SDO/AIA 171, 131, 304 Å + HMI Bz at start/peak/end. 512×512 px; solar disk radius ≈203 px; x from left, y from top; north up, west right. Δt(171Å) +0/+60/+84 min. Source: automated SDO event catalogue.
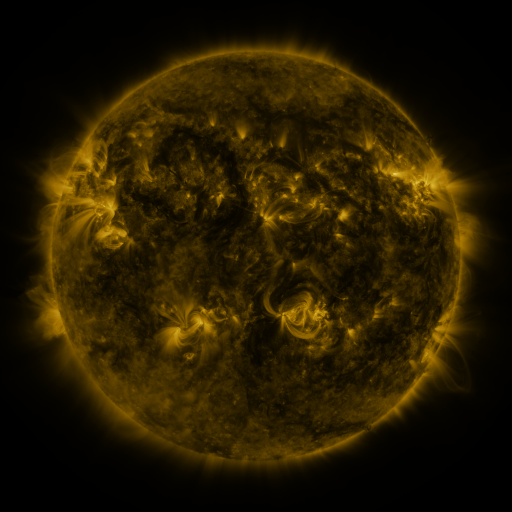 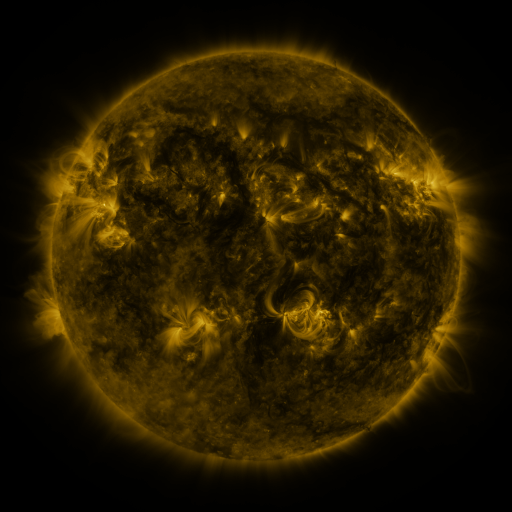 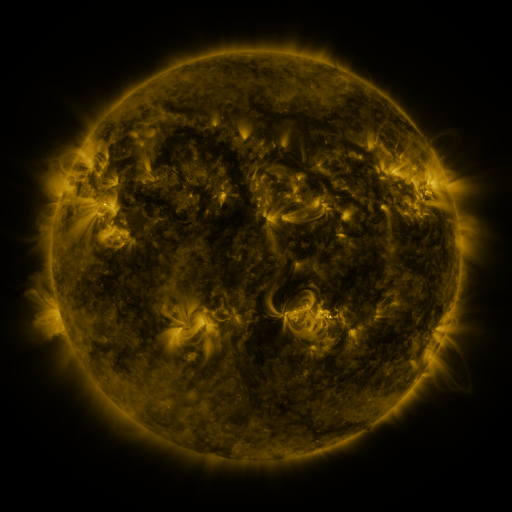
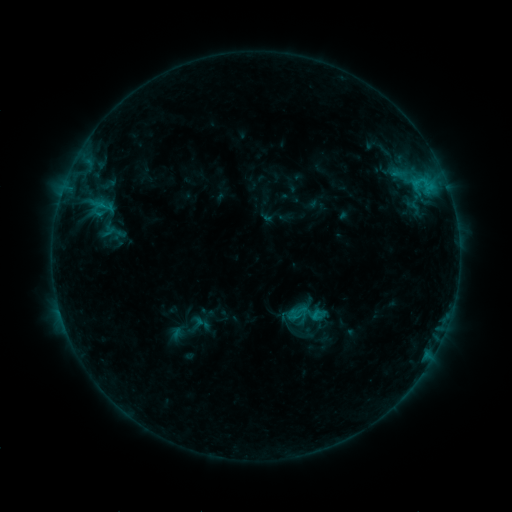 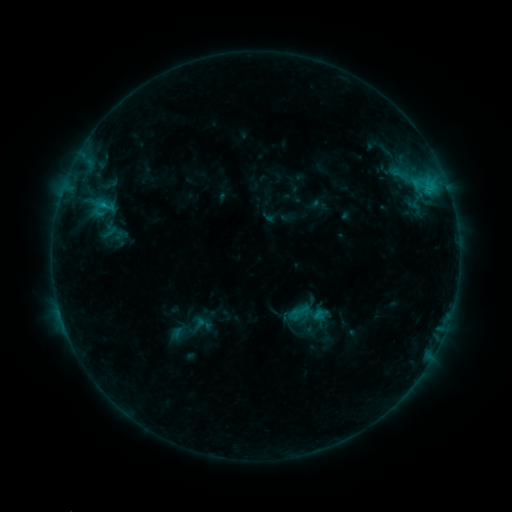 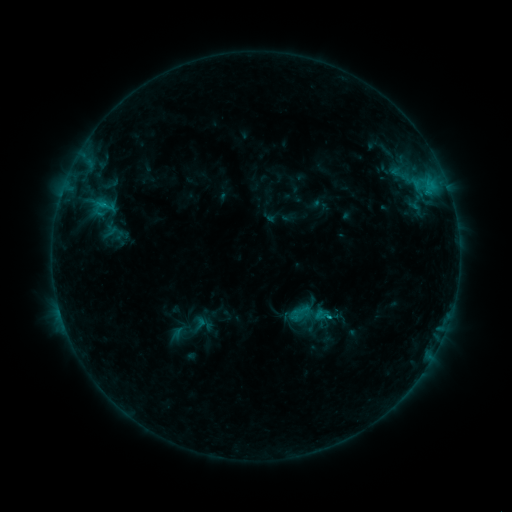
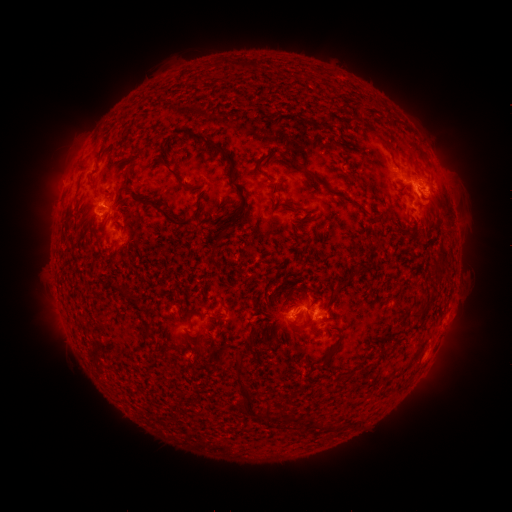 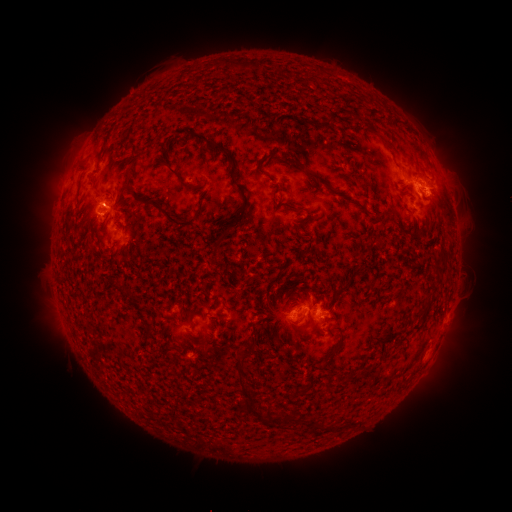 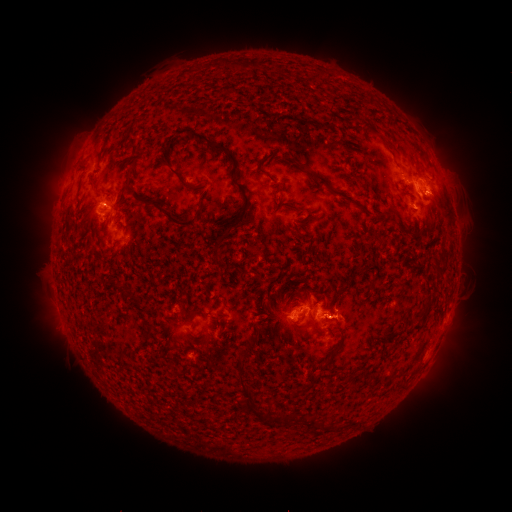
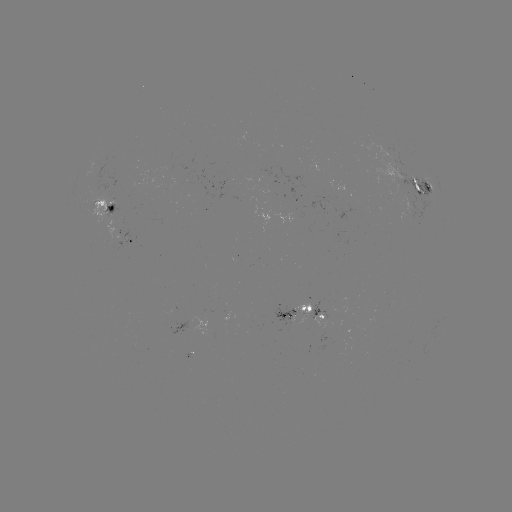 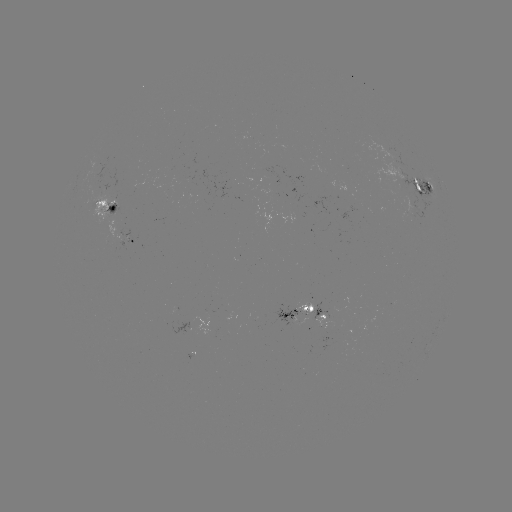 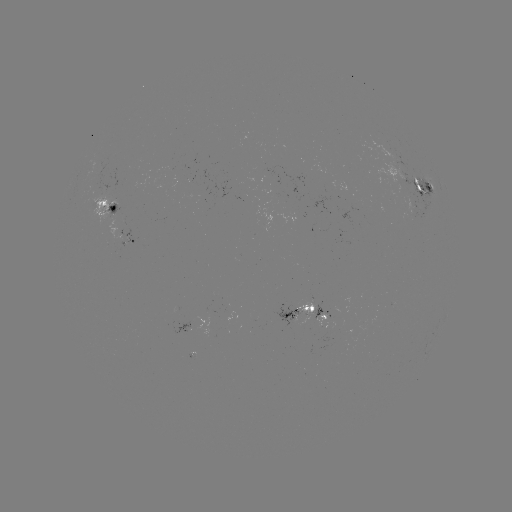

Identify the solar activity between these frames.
emerging-flux region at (292, 317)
